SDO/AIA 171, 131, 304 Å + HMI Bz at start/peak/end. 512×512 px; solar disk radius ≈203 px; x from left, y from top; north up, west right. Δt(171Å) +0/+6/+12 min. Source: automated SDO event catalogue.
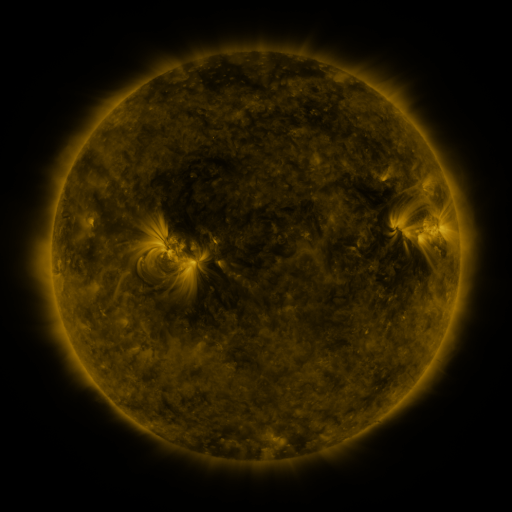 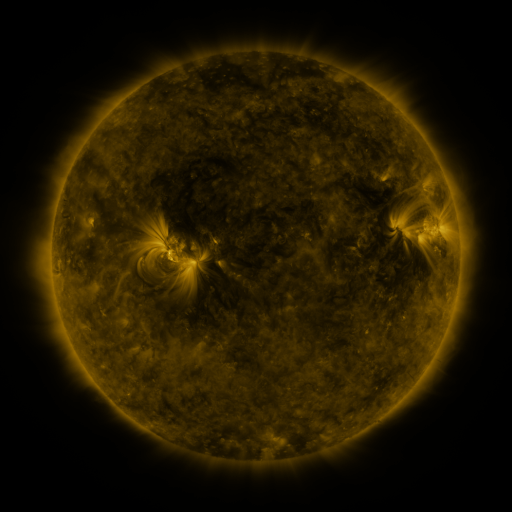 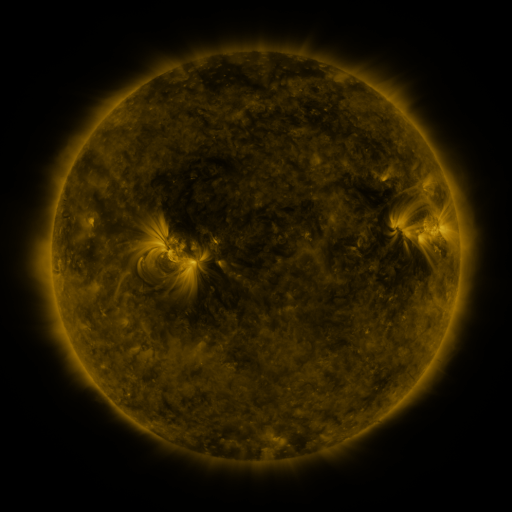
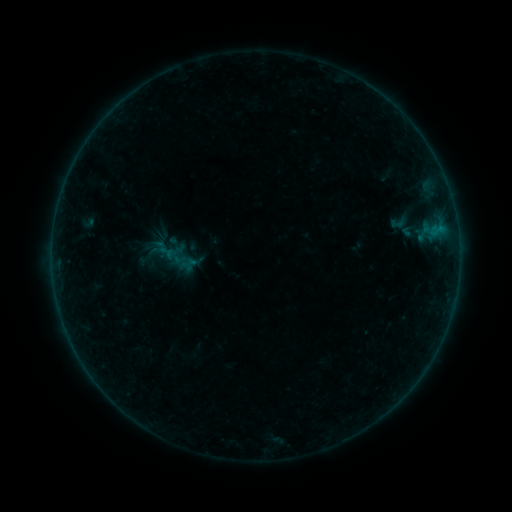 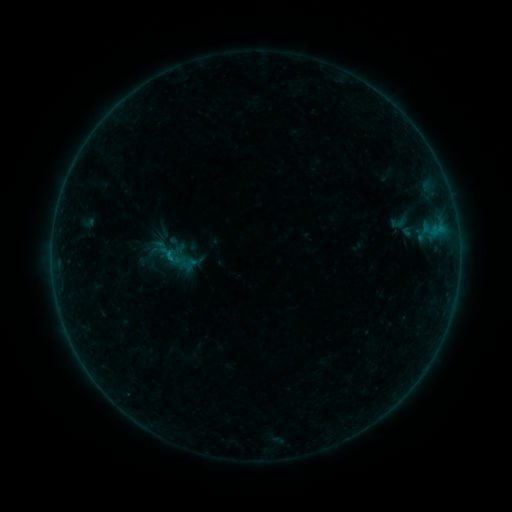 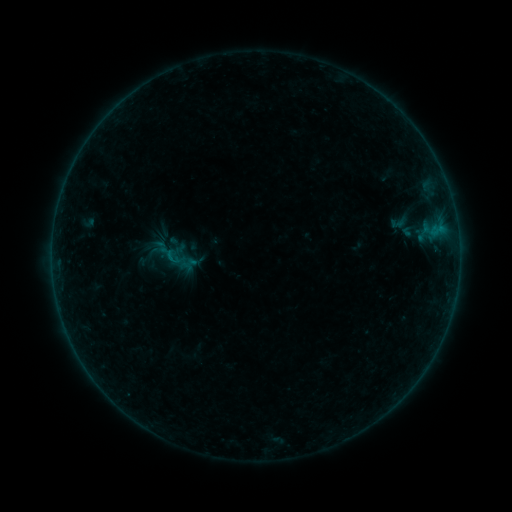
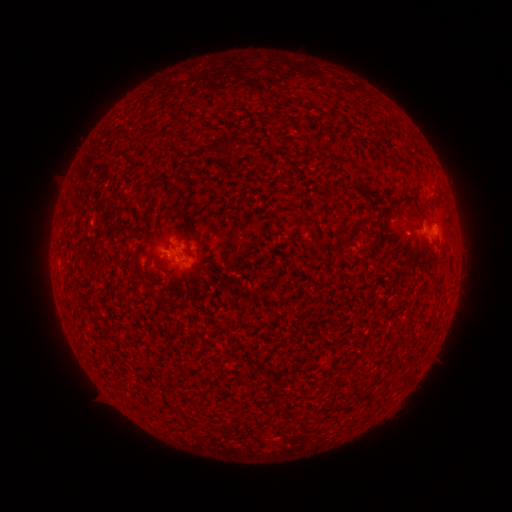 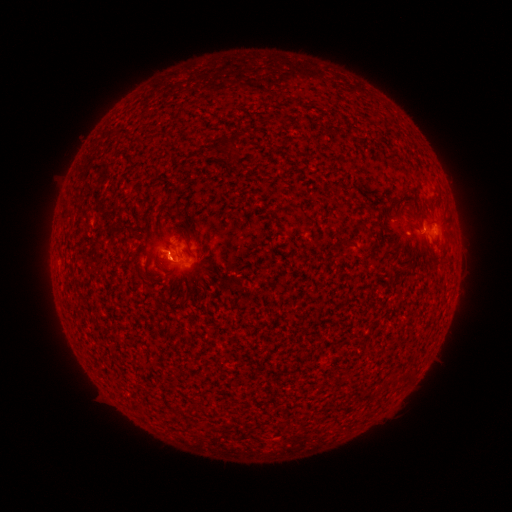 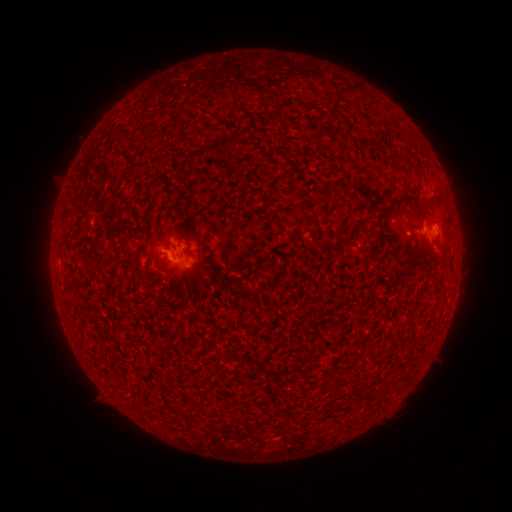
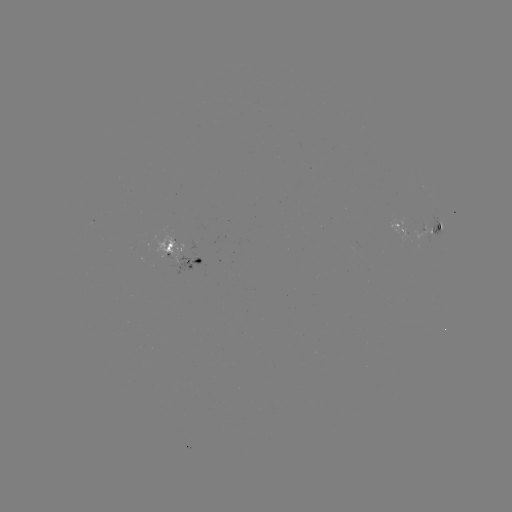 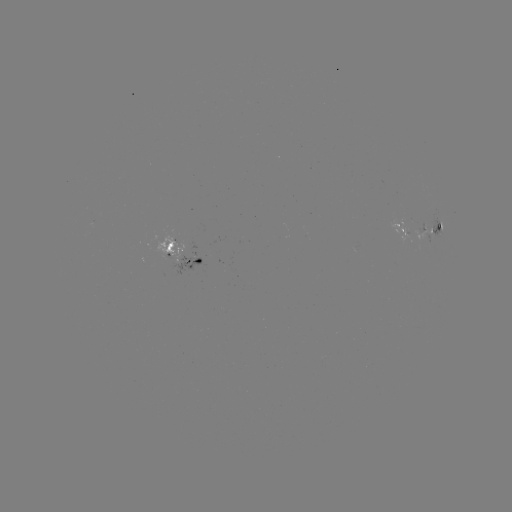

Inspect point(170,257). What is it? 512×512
B1.9 flare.